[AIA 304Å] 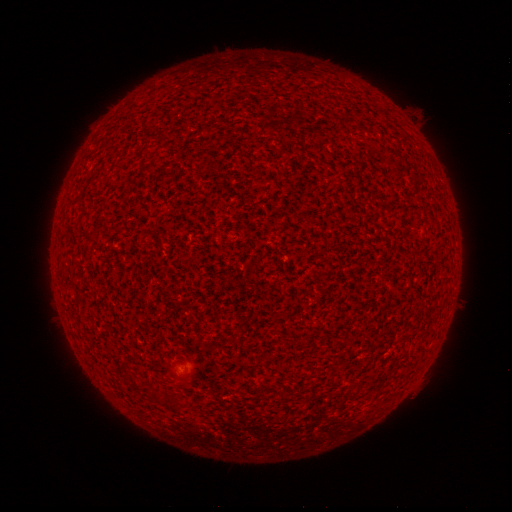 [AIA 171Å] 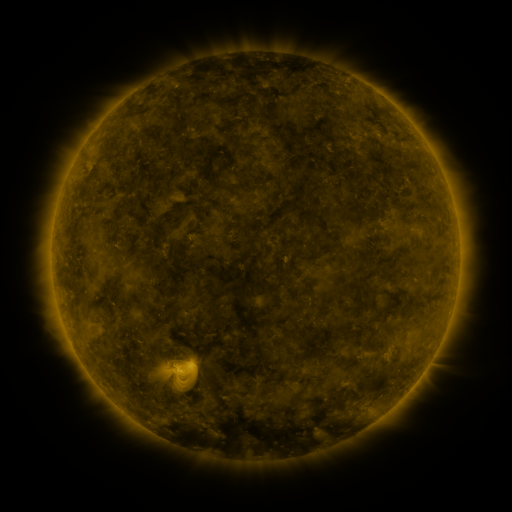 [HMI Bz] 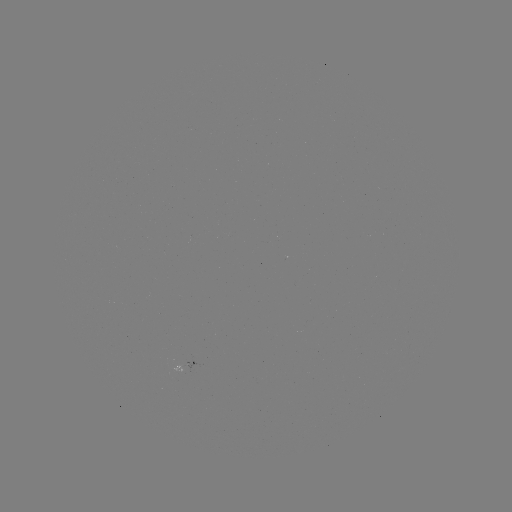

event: spotted active region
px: (196, 363)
